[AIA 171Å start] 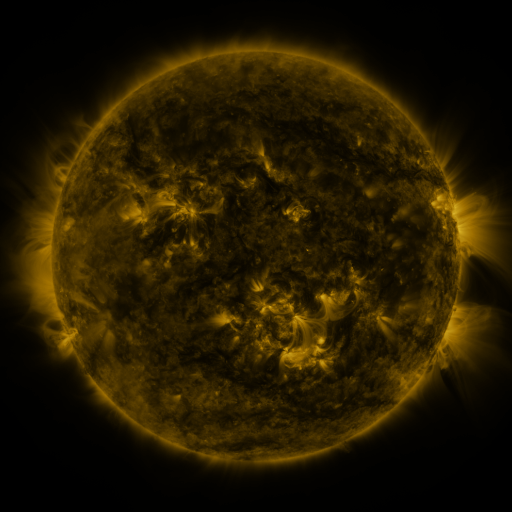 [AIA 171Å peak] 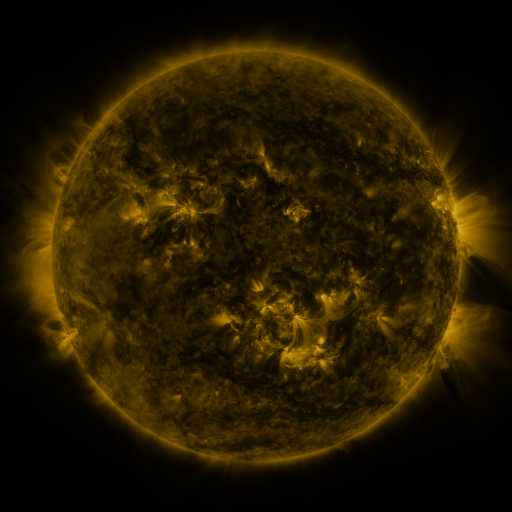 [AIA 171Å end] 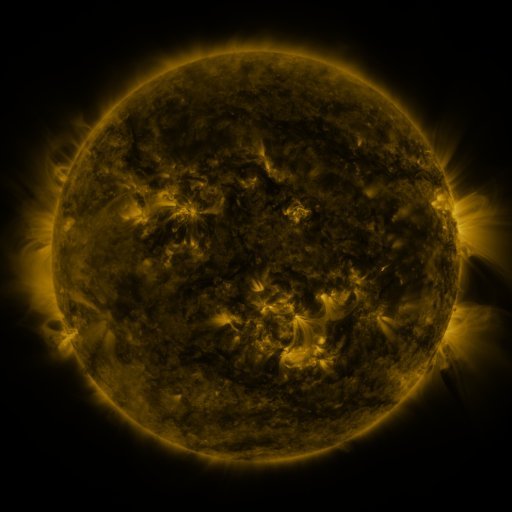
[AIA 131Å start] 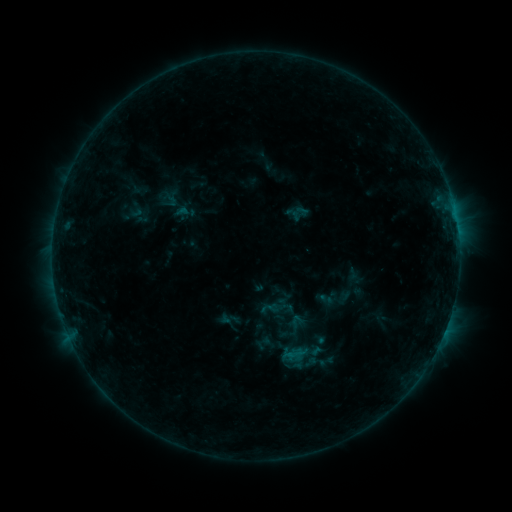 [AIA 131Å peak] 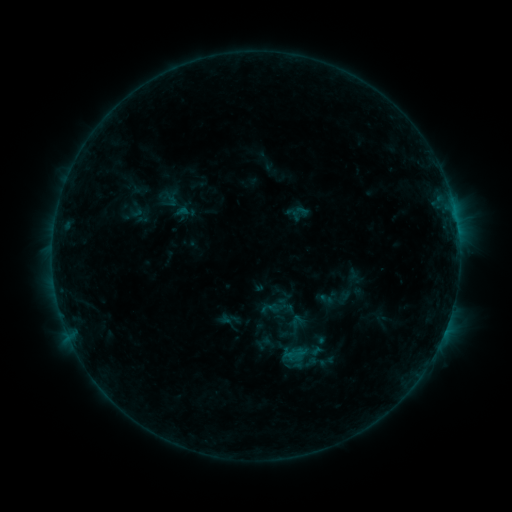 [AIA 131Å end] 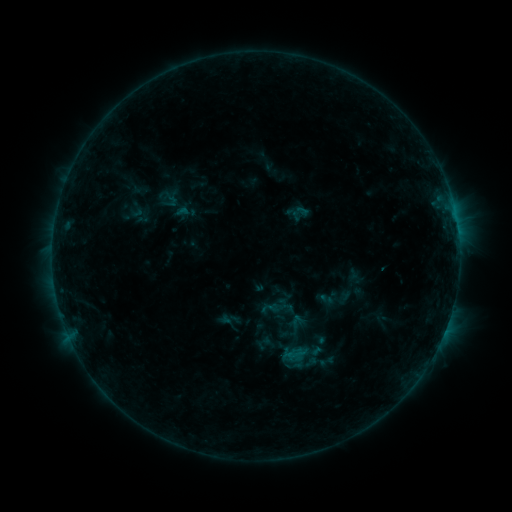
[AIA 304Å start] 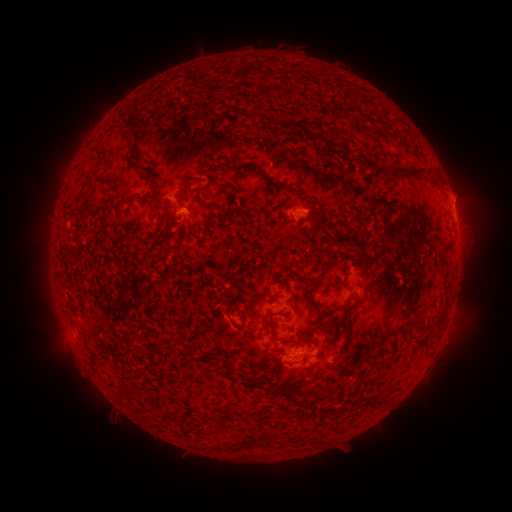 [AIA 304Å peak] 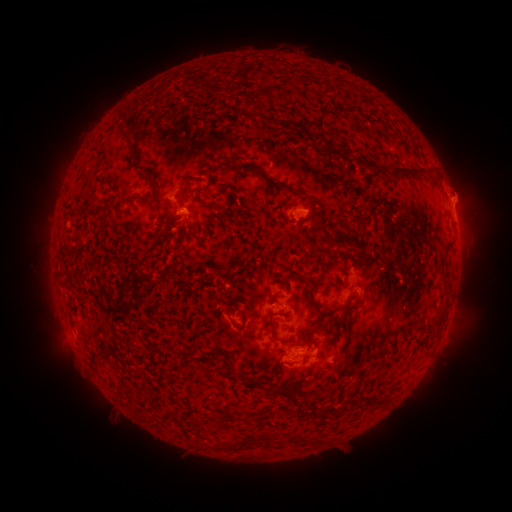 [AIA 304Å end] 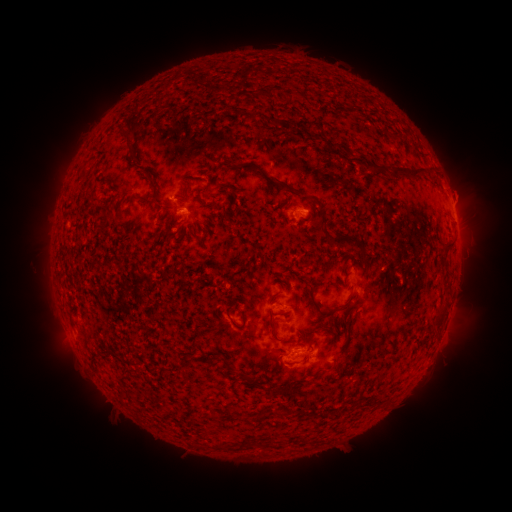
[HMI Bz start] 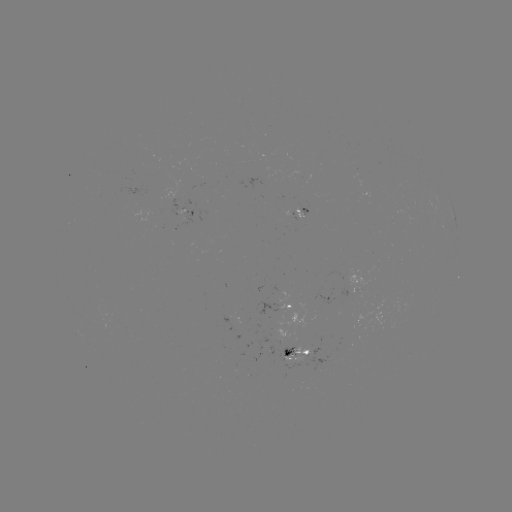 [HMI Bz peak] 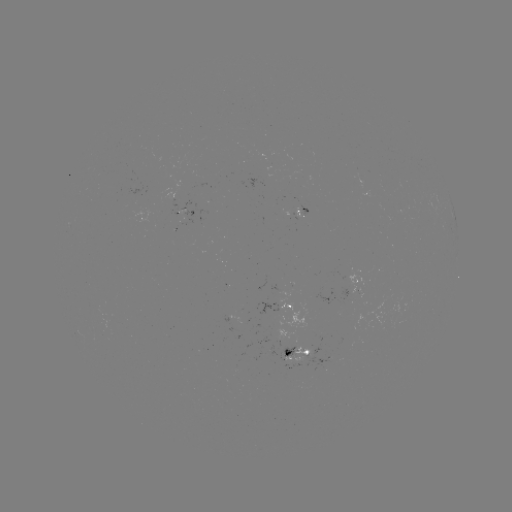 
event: eruption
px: (465, 188)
